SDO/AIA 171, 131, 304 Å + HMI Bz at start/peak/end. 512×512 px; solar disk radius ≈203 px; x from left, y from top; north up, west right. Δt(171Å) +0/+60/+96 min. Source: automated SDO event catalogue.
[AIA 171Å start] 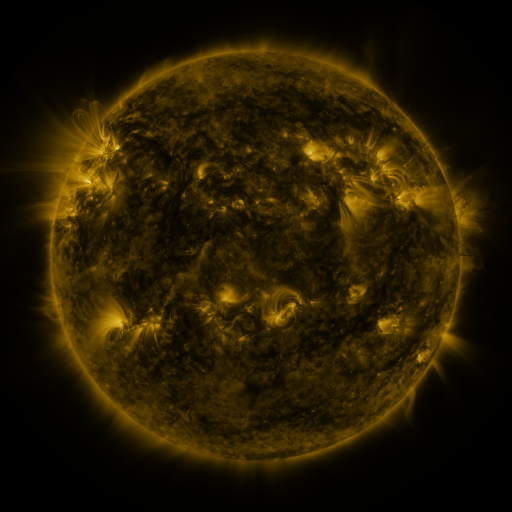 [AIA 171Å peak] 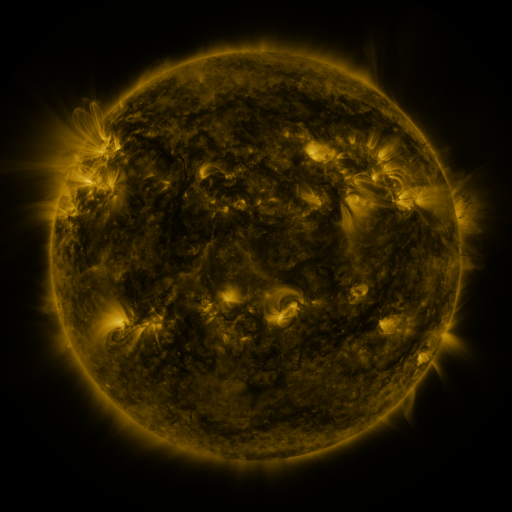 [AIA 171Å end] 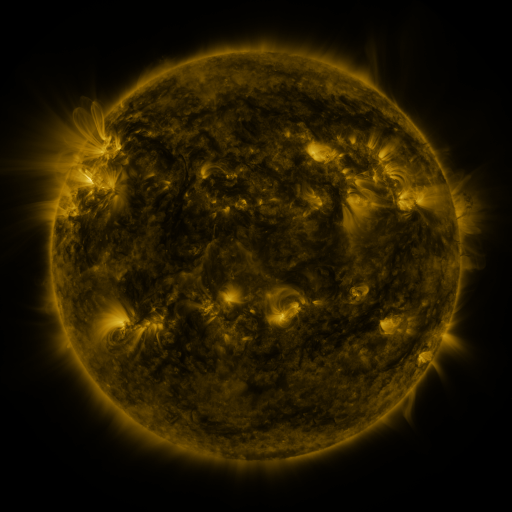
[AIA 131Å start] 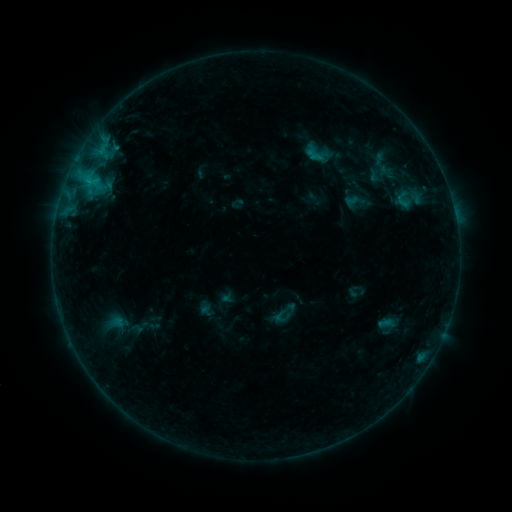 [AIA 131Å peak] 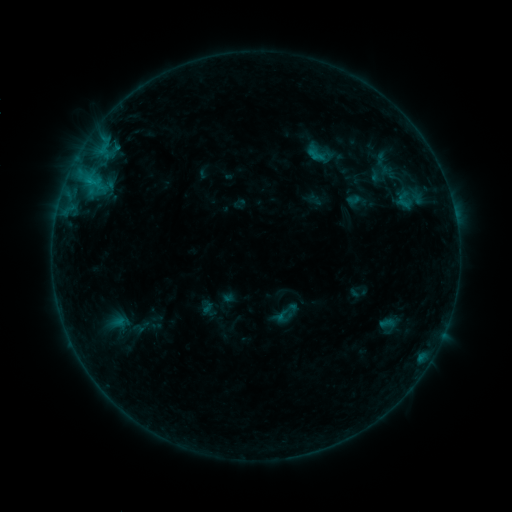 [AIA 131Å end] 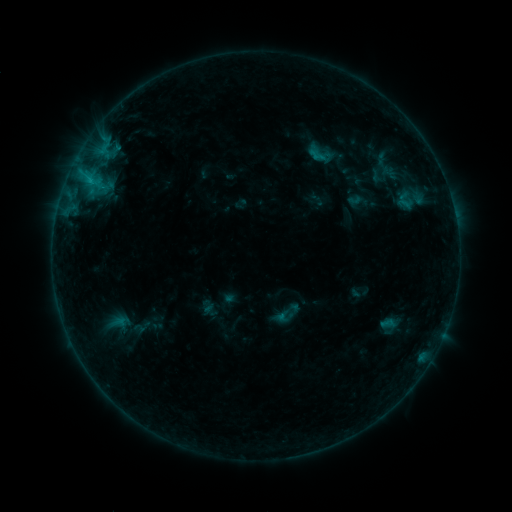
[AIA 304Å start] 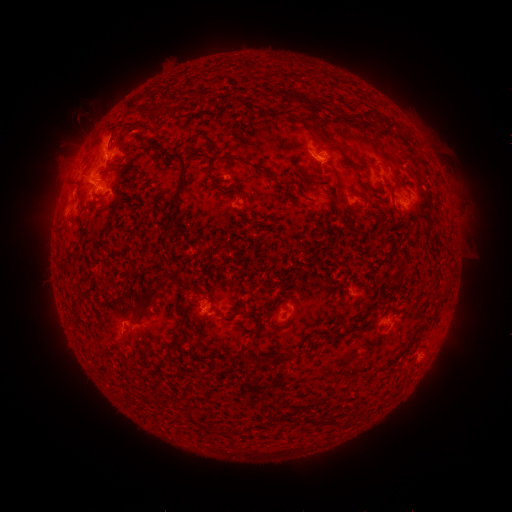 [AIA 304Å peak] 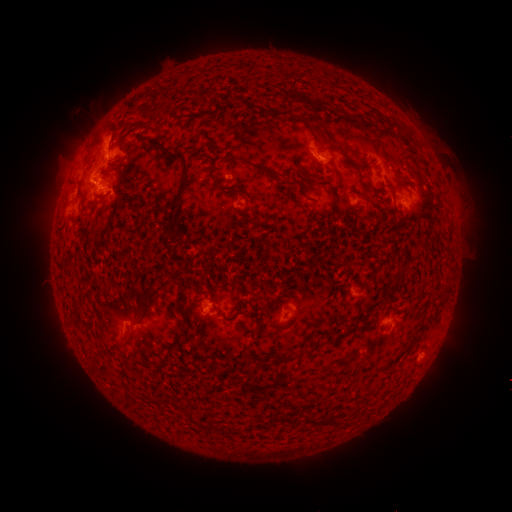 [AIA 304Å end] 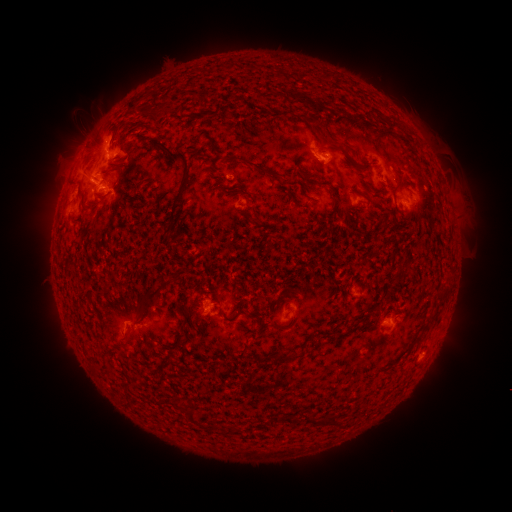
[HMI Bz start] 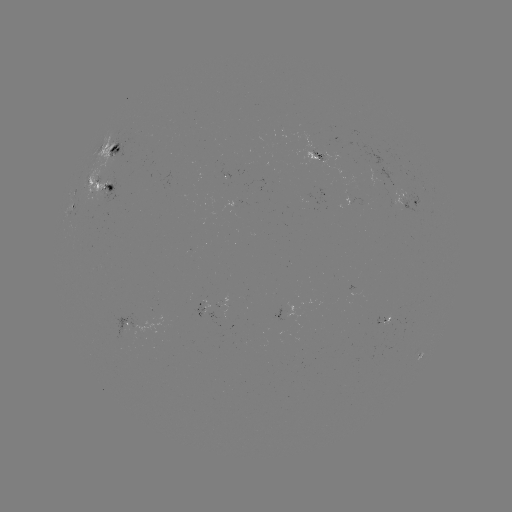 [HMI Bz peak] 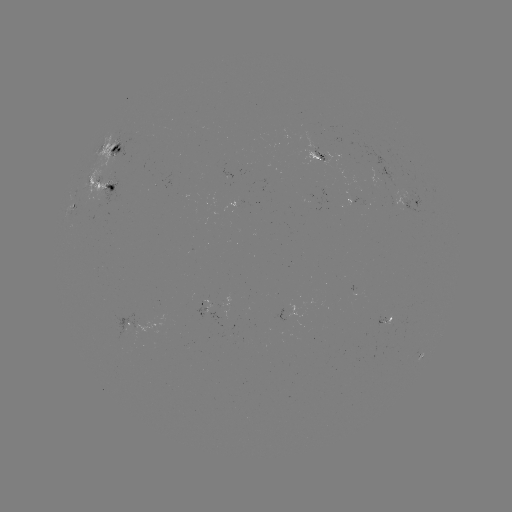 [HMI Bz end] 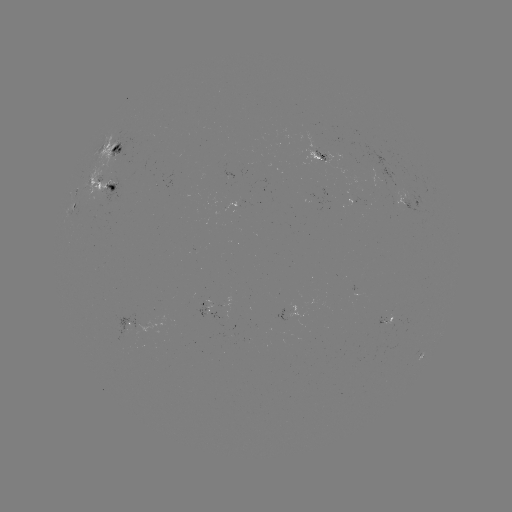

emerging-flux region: [302, 195, 313, 202]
